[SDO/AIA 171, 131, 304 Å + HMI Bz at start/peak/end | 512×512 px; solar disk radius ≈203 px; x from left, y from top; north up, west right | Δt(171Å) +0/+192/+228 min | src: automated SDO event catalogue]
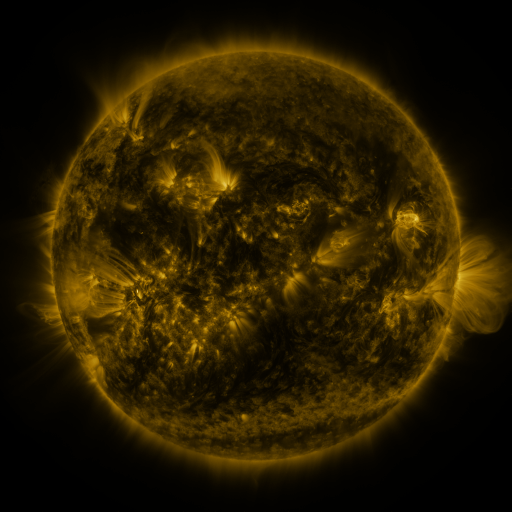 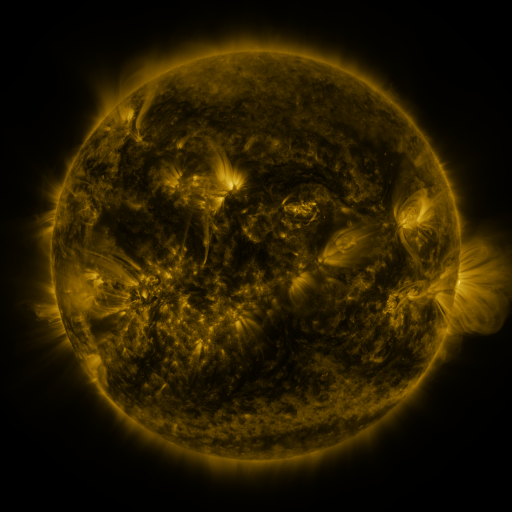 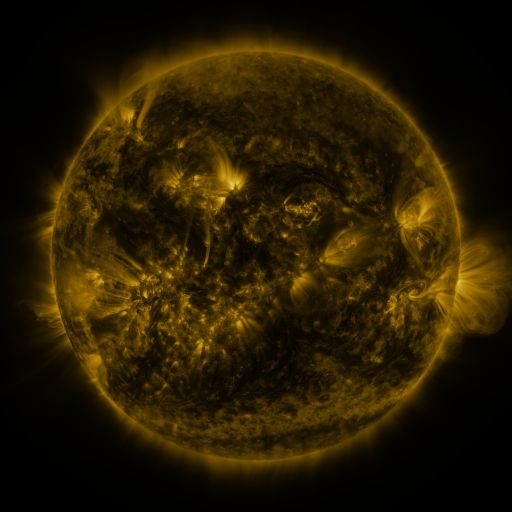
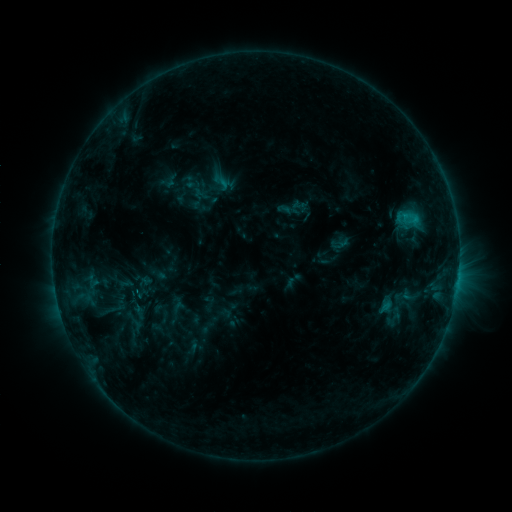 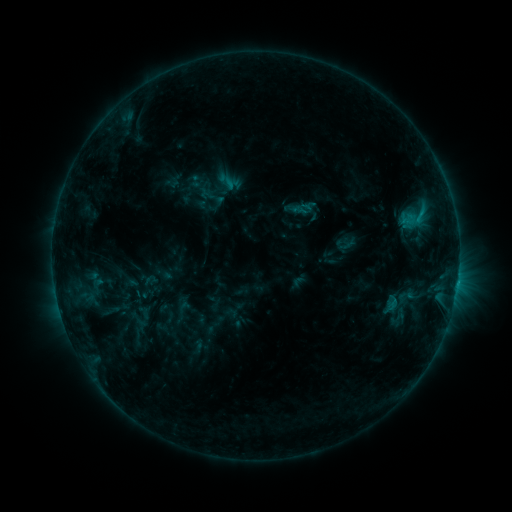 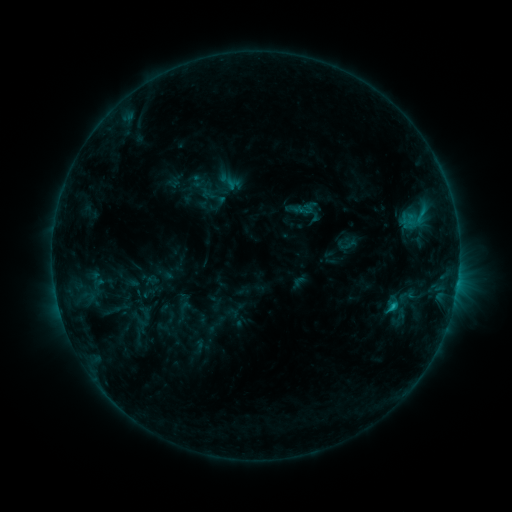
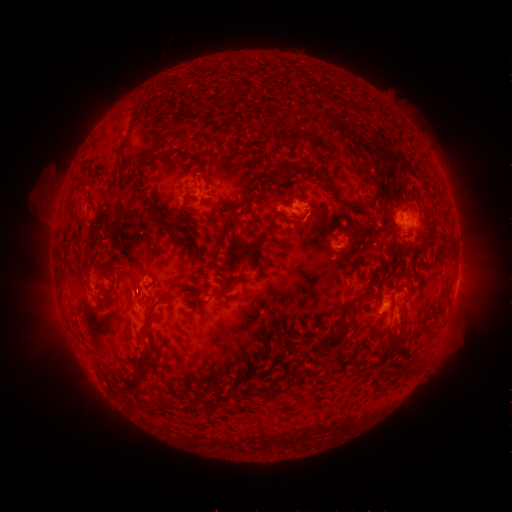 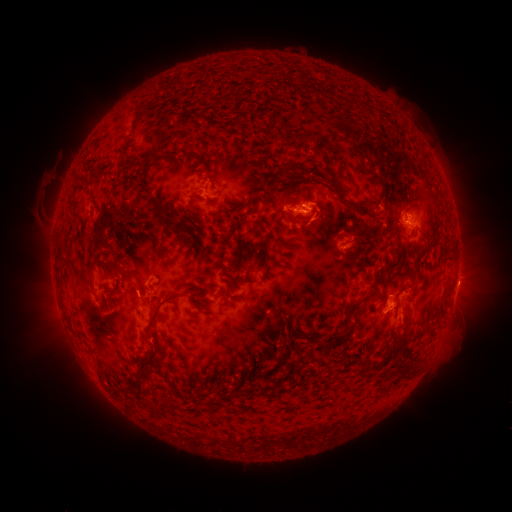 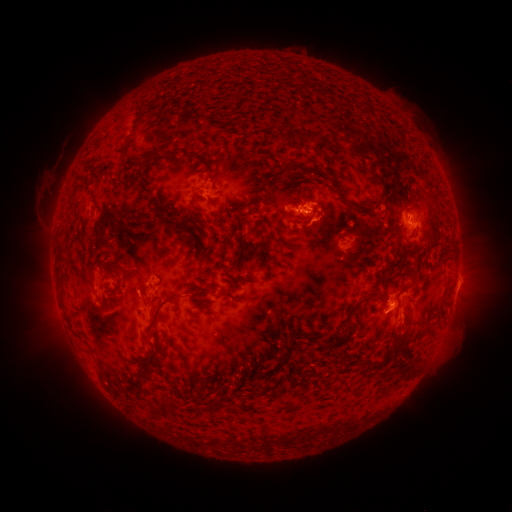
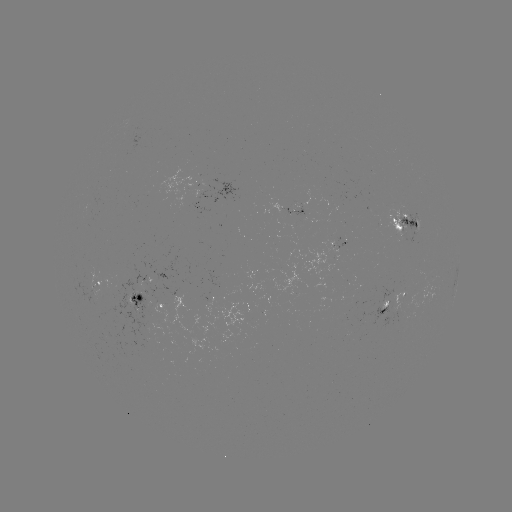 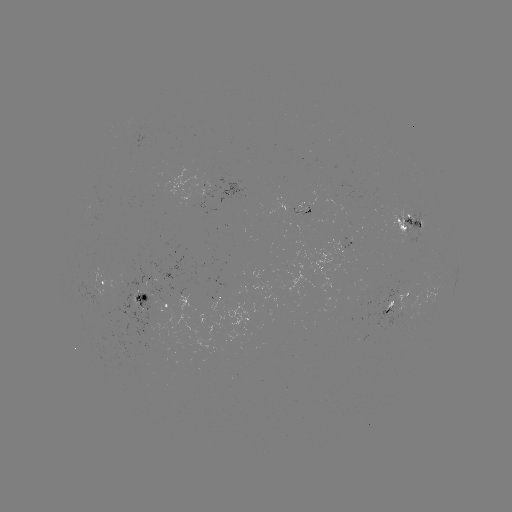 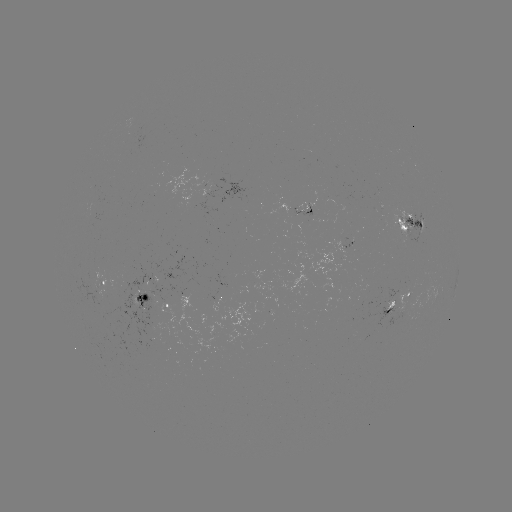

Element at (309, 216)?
emerging-flux region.